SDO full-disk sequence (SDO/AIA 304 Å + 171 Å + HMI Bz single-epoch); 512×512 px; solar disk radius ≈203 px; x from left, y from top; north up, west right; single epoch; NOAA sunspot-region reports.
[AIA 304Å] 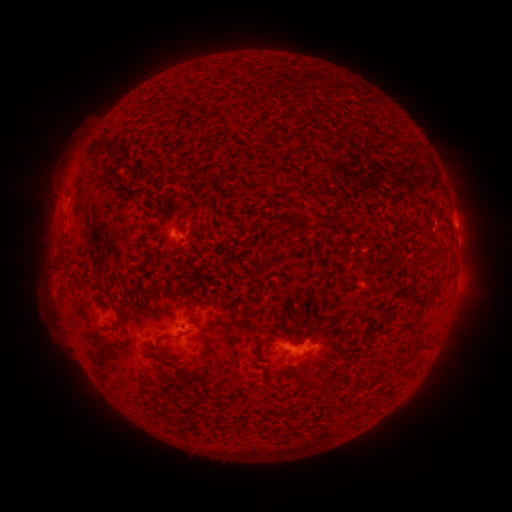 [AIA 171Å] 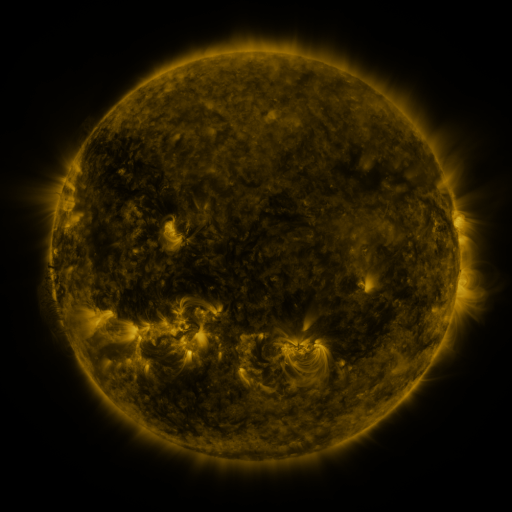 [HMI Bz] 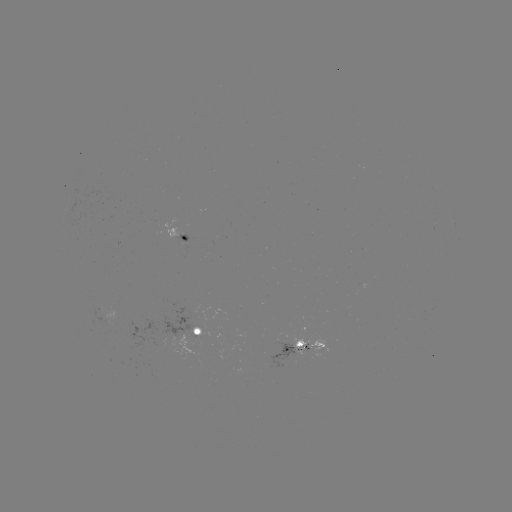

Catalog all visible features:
spotted active region: (184, 237)
spotted active region: (191, 328)
spotted active region: (308, 348)
